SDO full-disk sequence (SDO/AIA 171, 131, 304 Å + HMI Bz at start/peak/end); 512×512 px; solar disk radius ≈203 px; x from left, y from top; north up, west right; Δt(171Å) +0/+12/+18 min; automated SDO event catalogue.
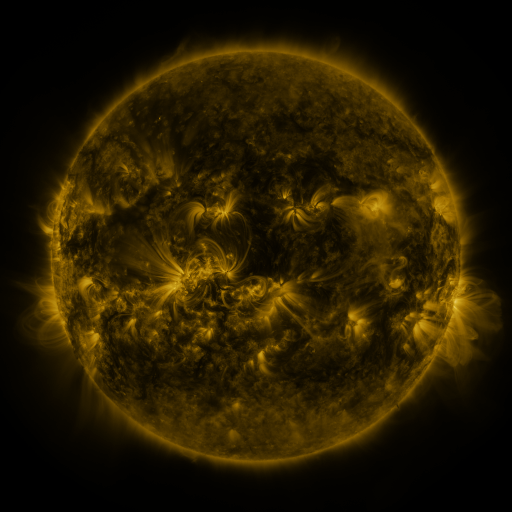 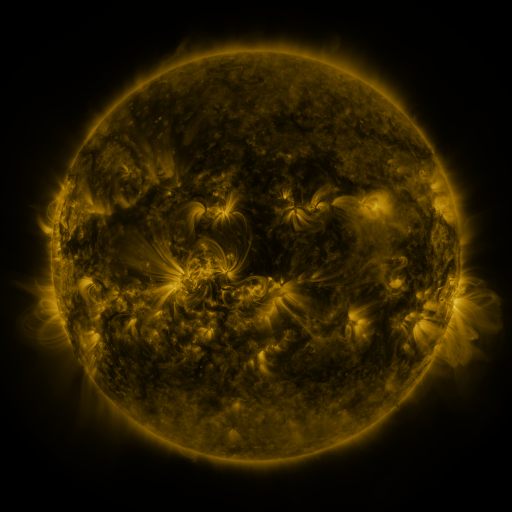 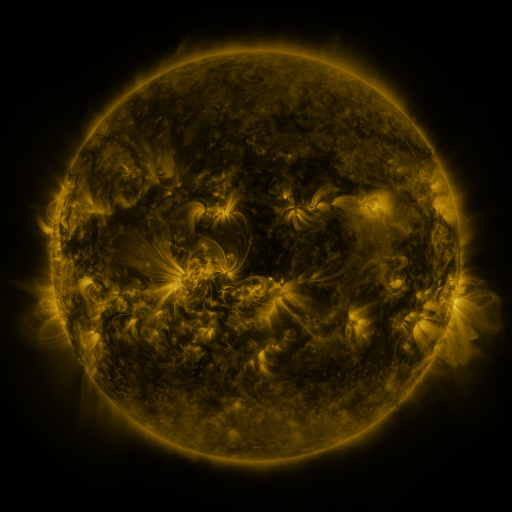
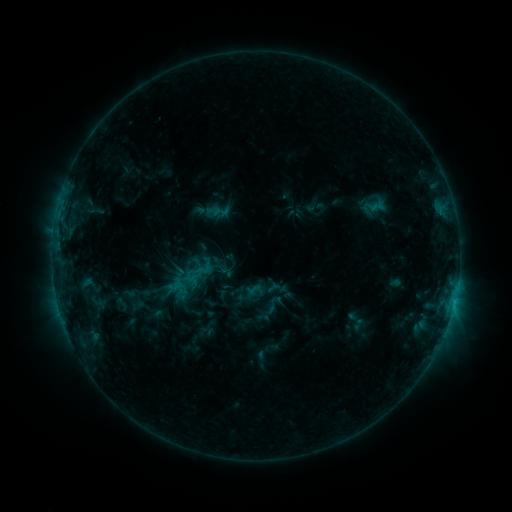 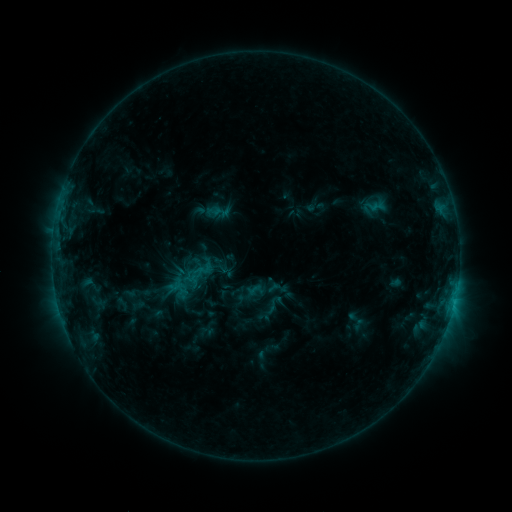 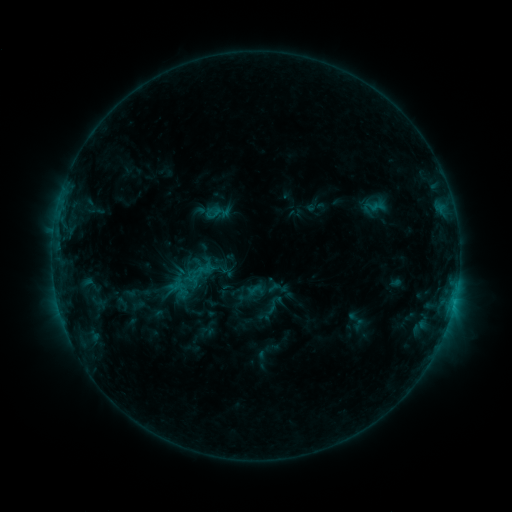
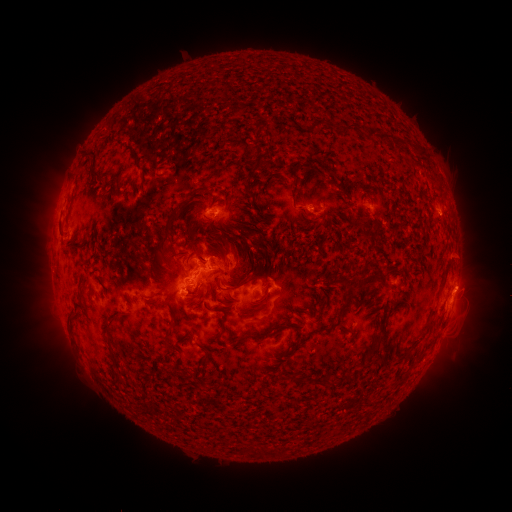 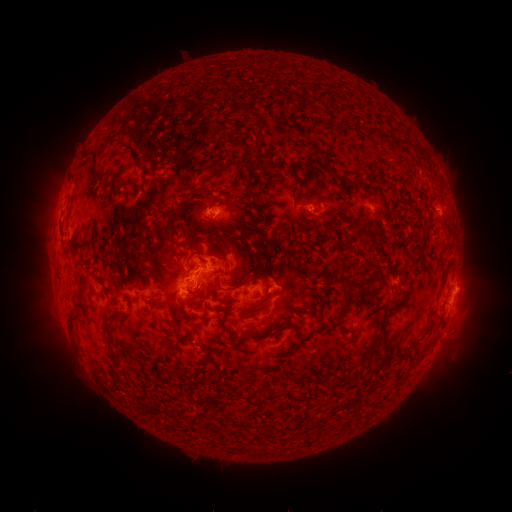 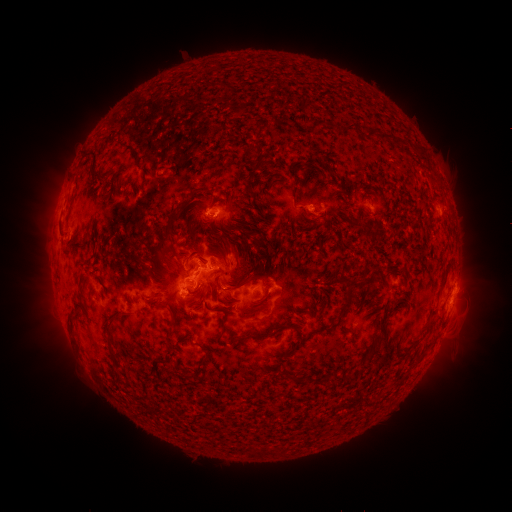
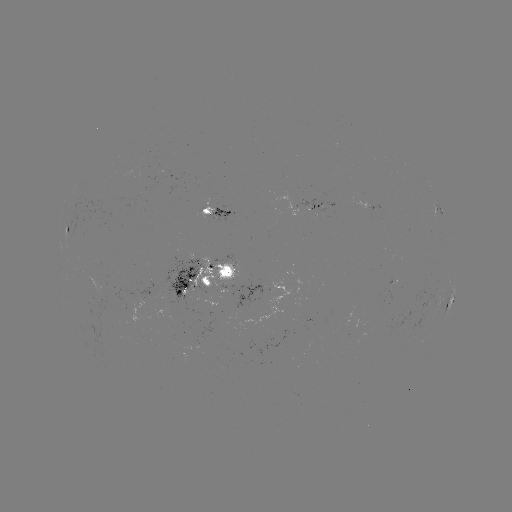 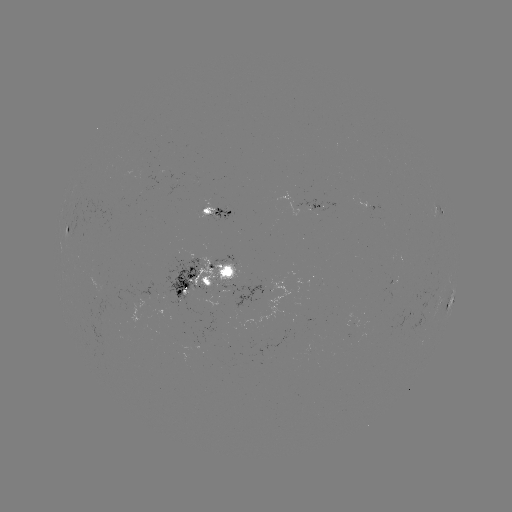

no classed flare was catalogued and no EUV brightening was flagged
